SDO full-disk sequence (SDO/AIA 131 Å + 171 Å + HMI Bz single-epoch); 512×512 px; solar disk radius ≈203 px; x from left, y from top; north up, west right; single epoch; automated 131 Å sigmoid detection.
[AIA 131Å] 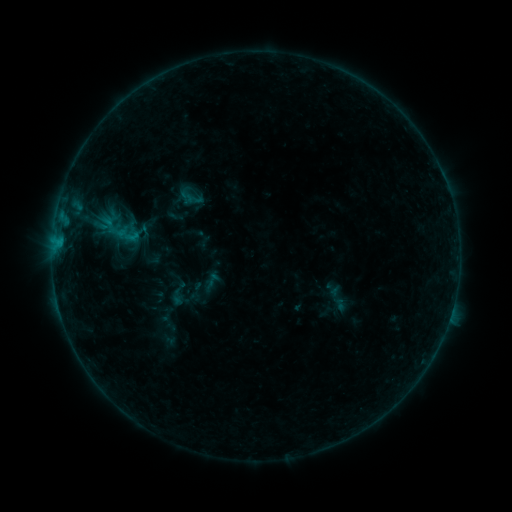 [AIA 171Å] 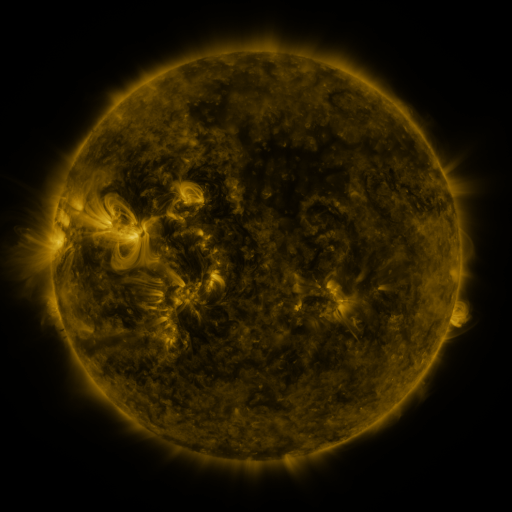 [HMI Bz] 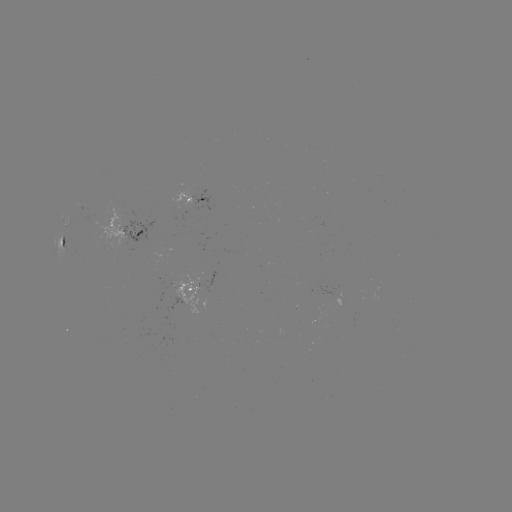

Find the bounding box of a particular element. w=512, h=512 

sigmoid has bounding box [115, 221, 140, 249].